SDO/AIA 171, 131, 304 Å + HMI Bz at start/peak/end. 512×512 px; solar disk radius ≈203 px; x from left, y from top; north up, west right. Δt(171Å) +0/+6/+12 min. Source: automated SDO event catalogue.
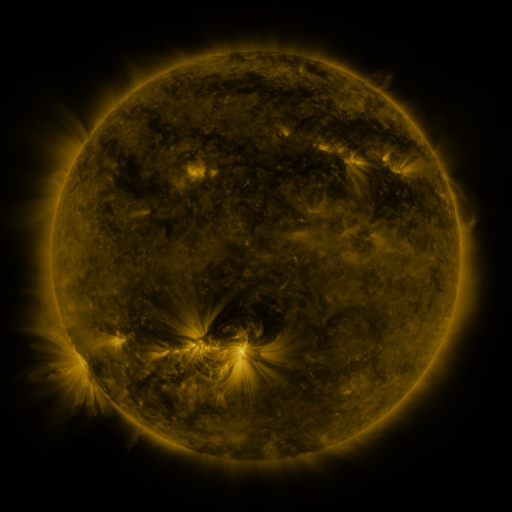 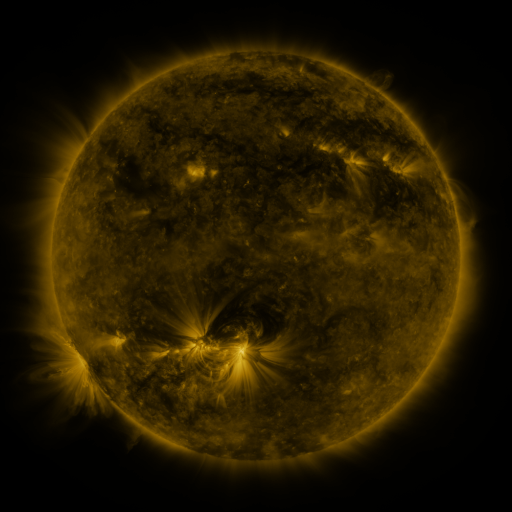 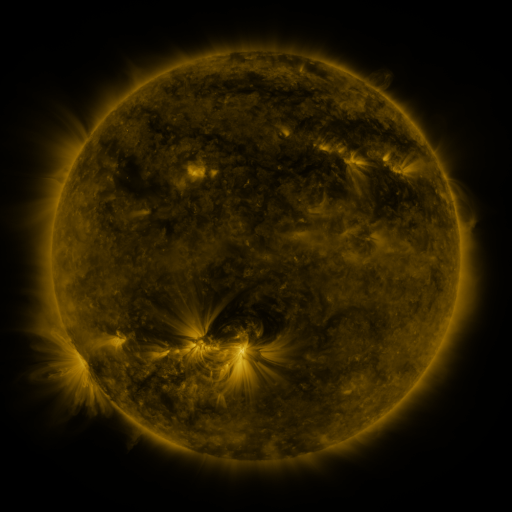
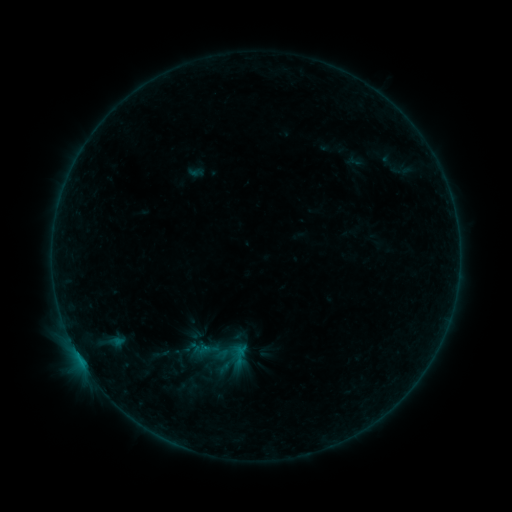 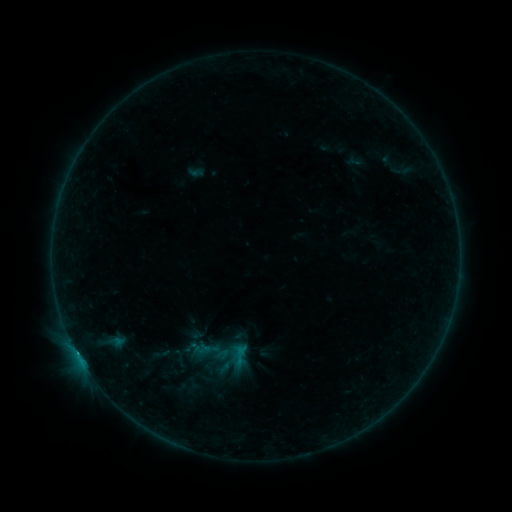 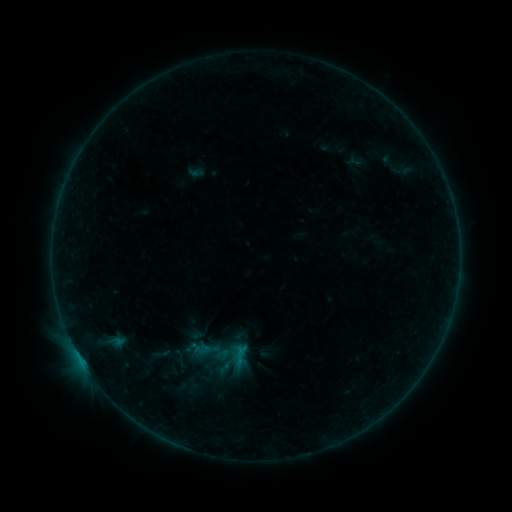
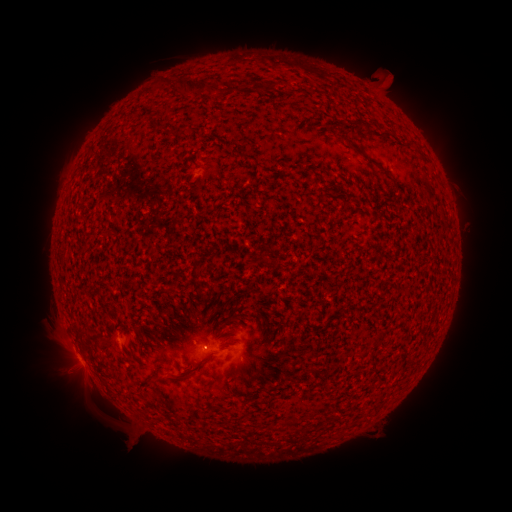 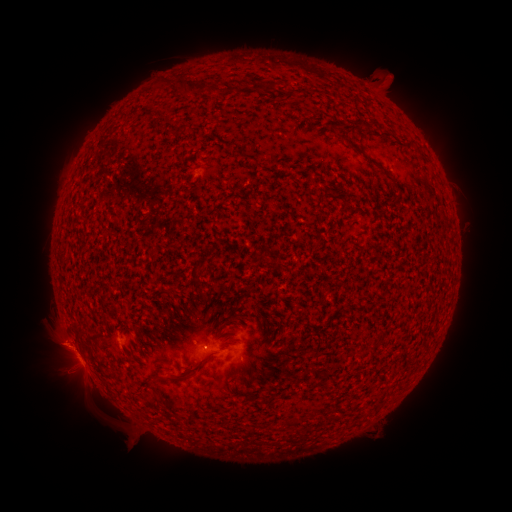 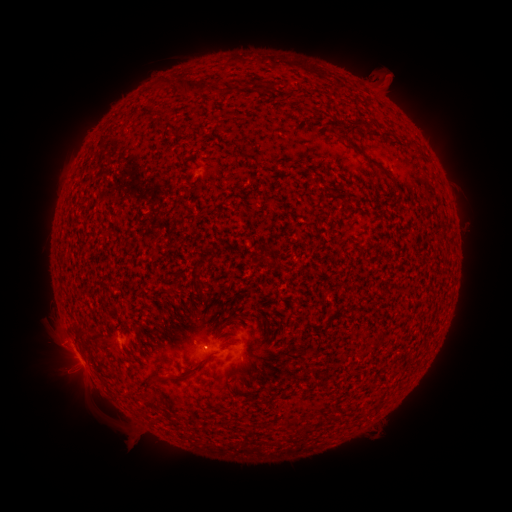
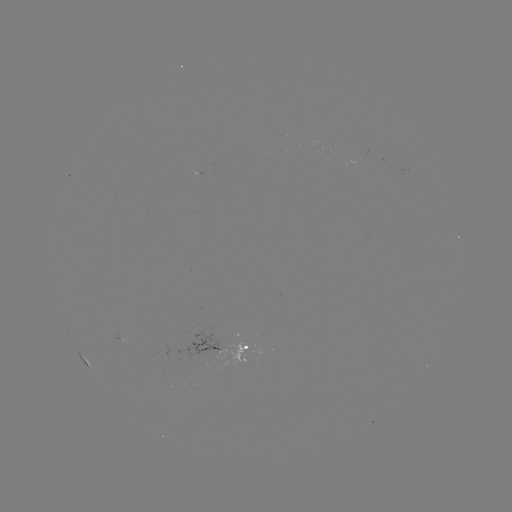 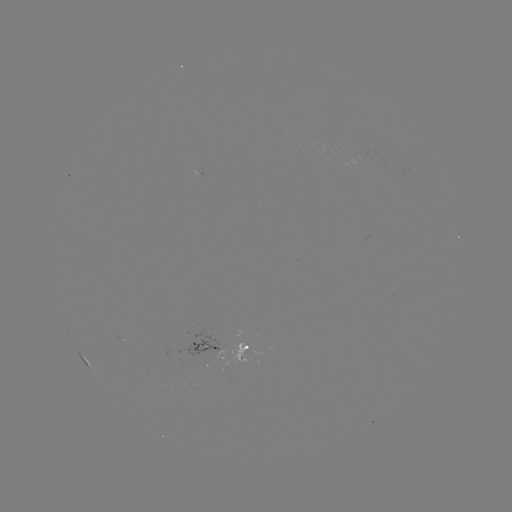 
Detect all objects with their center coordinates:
B3.6 flare: (73, 345)
